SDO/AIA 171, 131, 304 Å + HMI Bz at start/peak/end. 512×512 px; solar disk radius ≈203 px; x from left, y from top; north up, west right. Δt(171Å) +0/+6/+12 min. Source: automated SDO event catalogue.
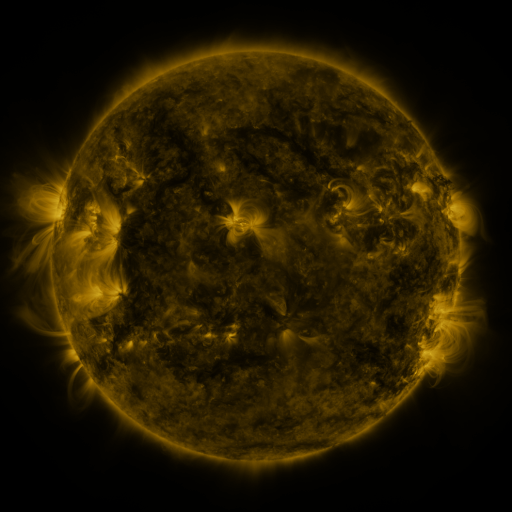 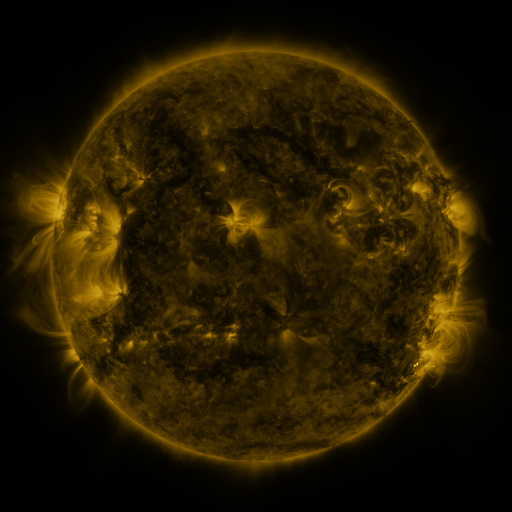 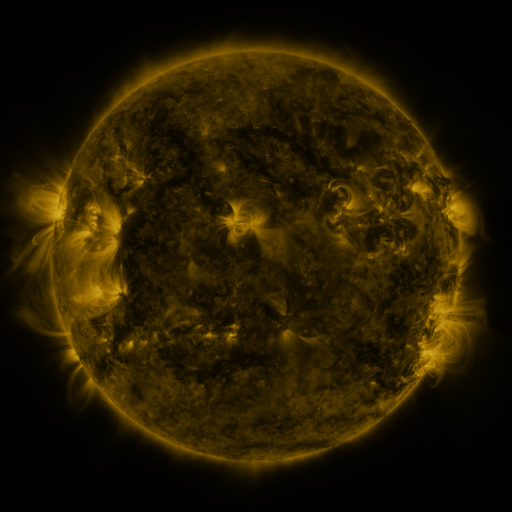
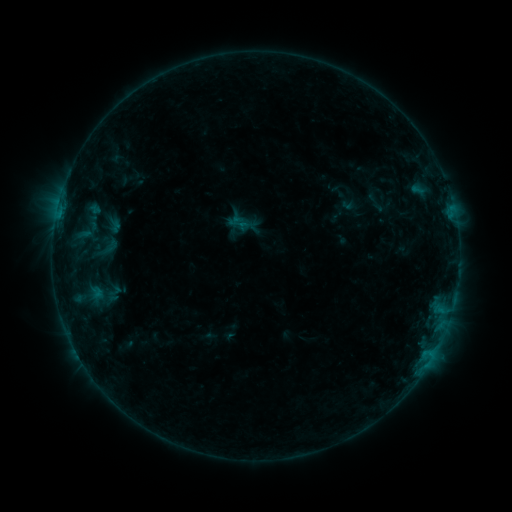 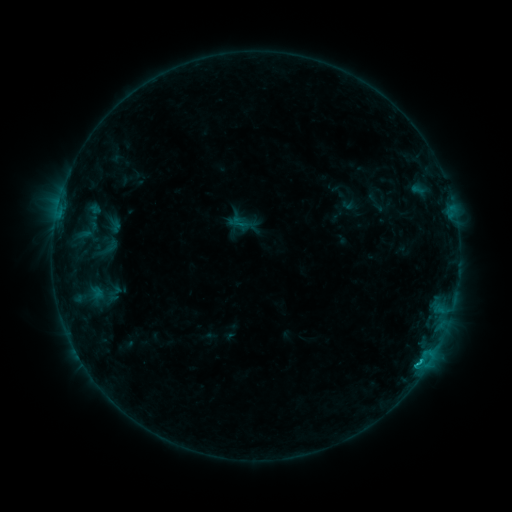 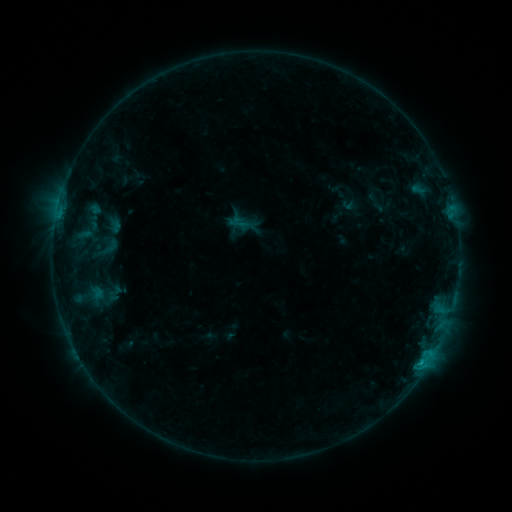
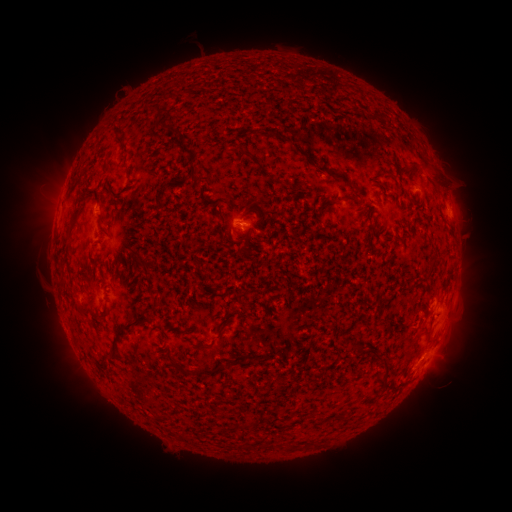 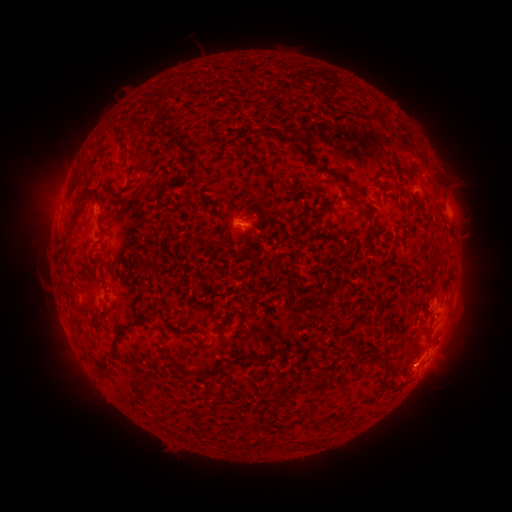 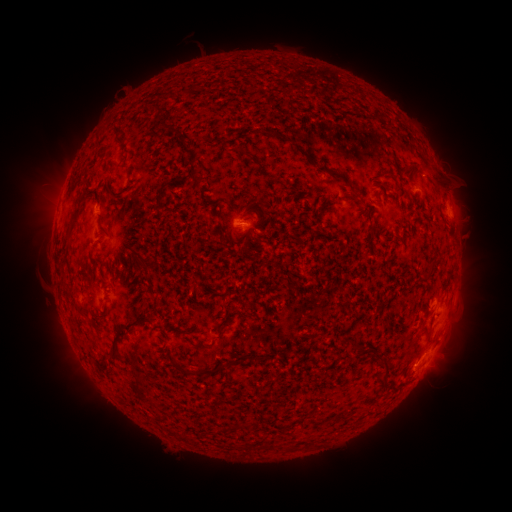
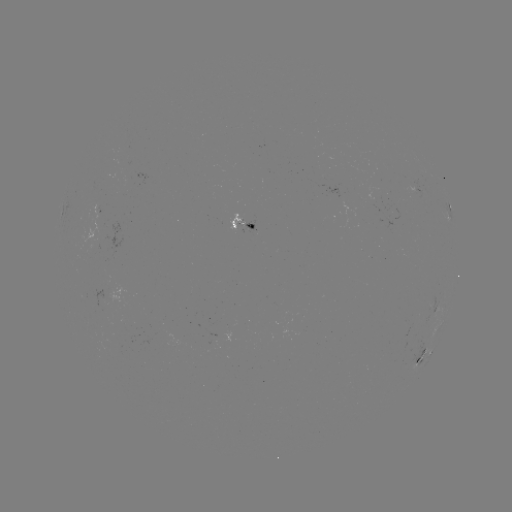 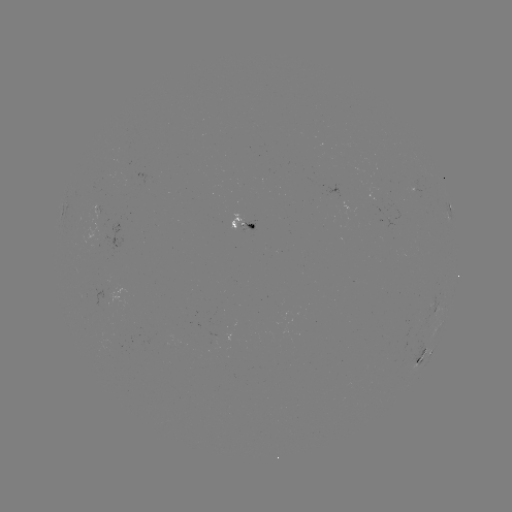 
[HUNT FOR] C1.0 flare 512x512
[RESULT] [419, 360]